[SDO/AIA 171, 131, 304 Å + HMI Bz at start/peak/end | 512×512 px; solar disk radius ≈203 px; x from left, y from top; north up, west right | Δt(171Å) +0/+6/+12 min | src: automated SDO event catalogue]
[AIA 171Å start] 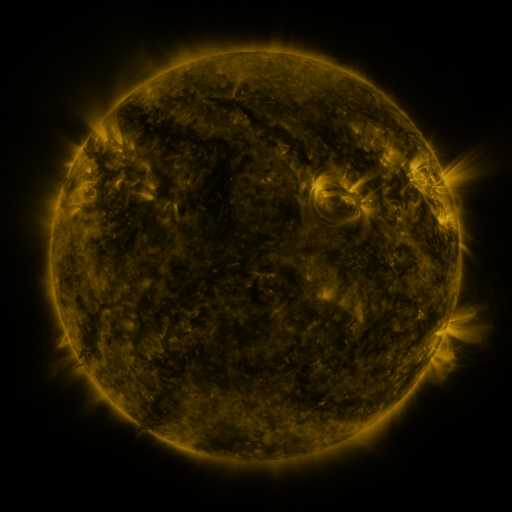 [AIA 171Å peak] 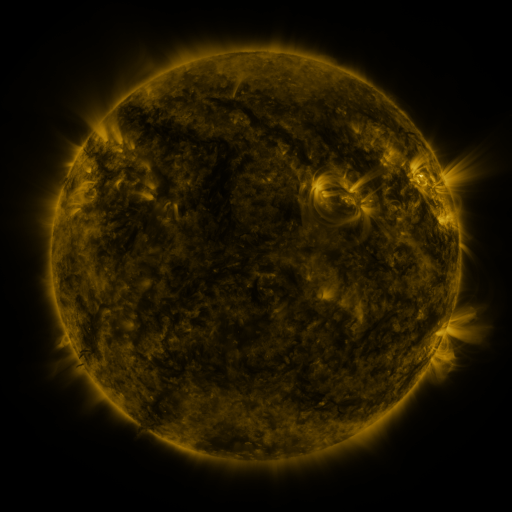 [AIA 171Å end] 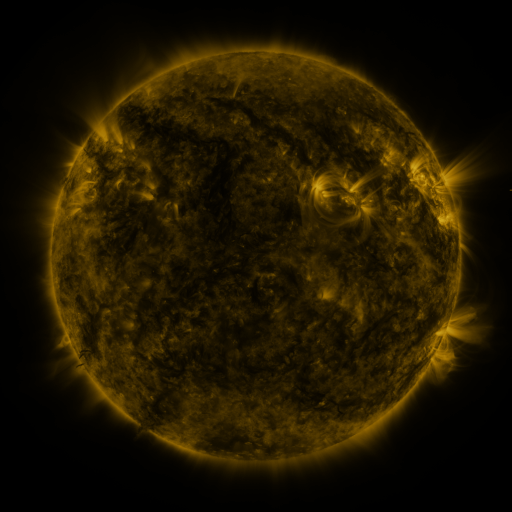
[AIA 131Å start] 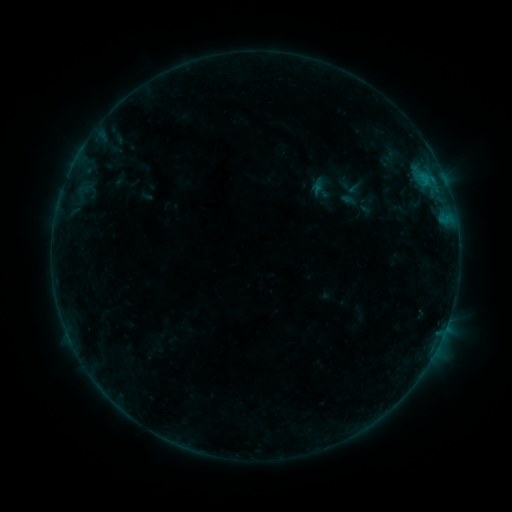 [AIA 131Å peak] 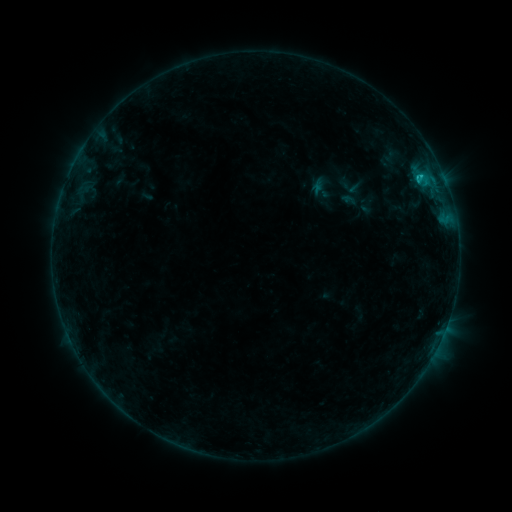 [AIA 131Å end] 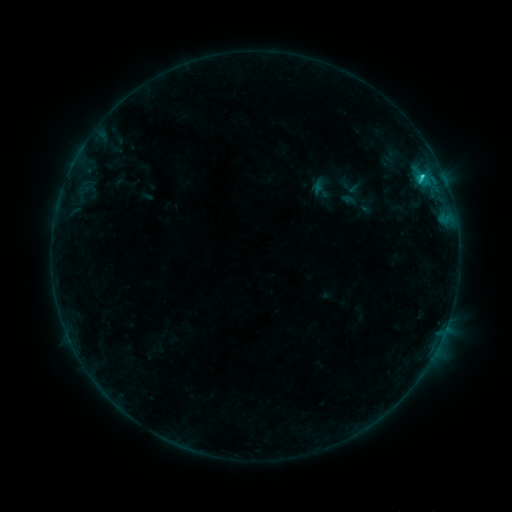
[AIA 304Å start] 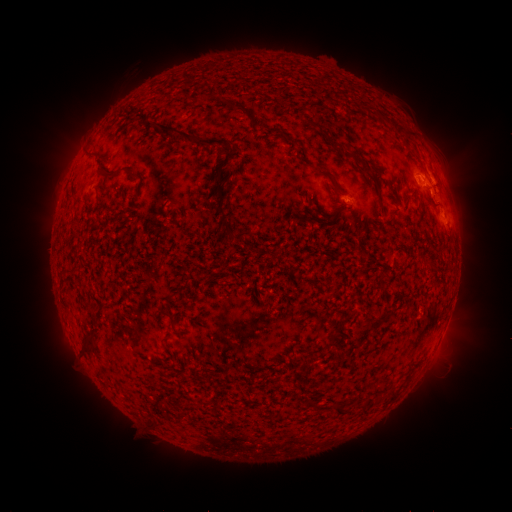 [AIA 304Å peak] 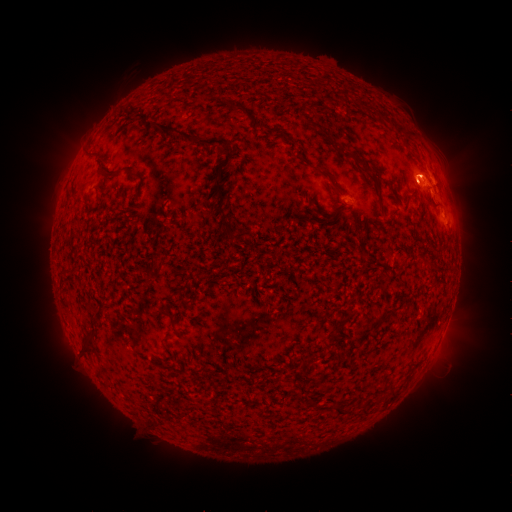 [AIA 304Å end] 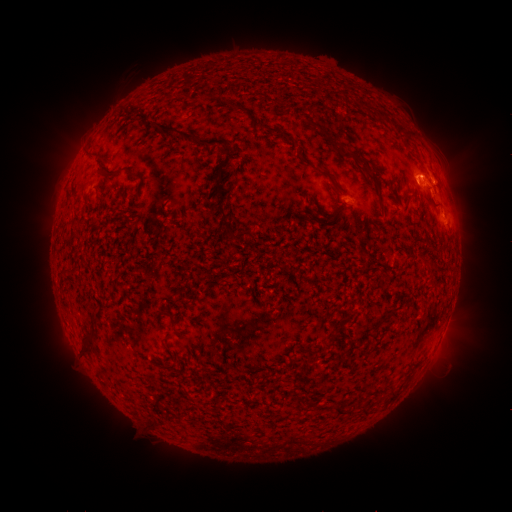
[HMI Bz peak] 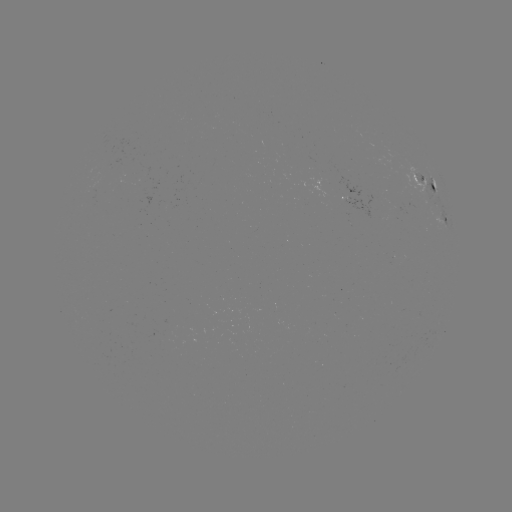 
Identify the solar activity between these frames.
eruption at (422, 177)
